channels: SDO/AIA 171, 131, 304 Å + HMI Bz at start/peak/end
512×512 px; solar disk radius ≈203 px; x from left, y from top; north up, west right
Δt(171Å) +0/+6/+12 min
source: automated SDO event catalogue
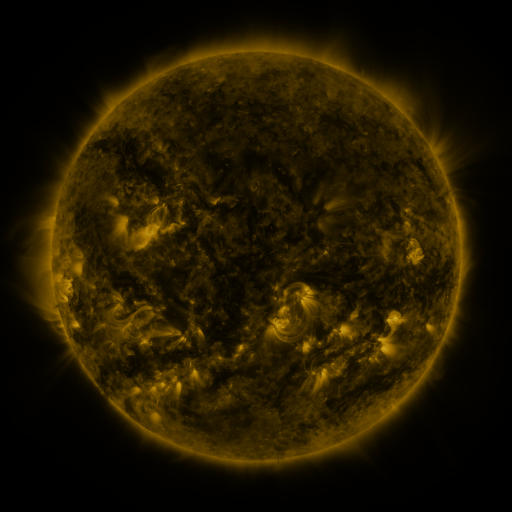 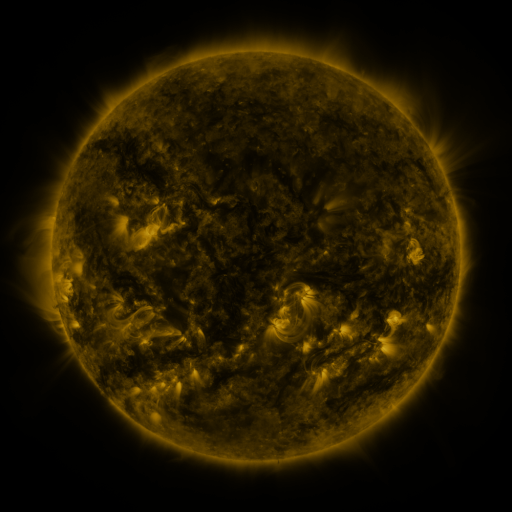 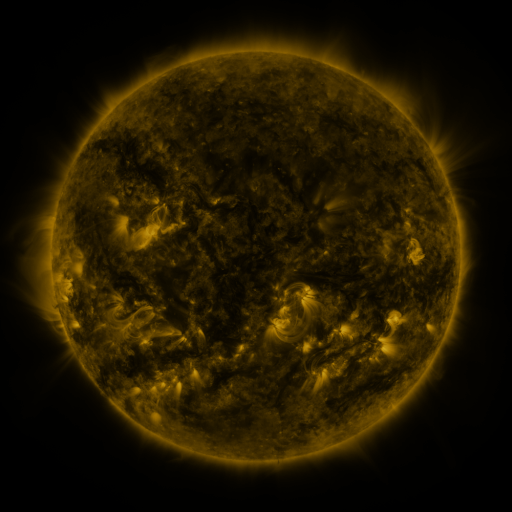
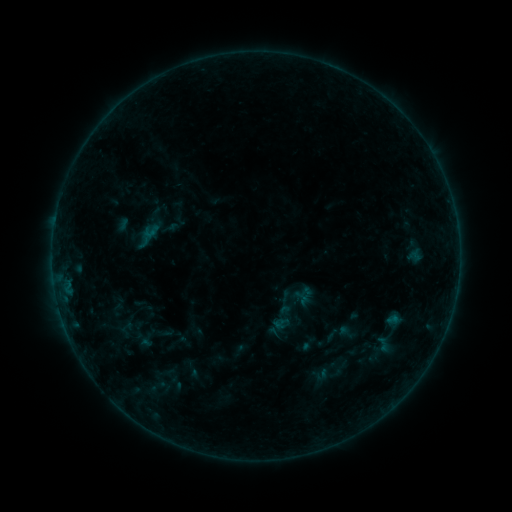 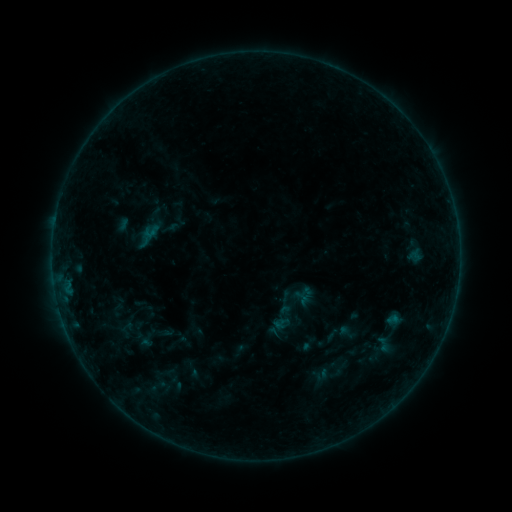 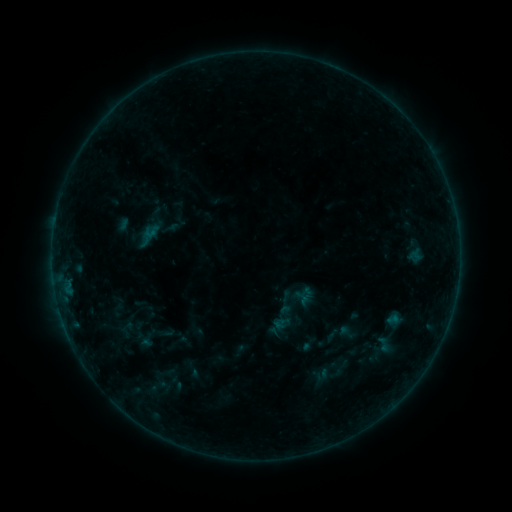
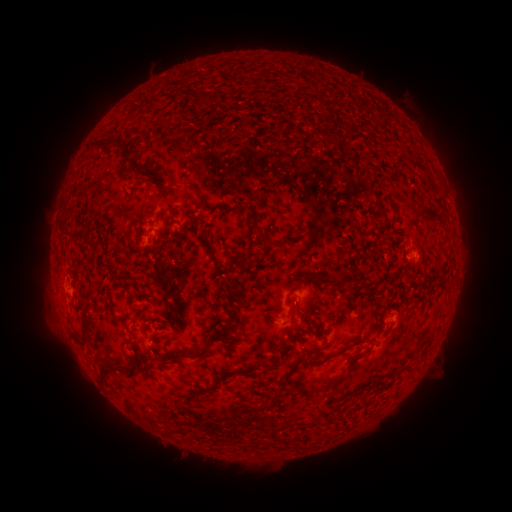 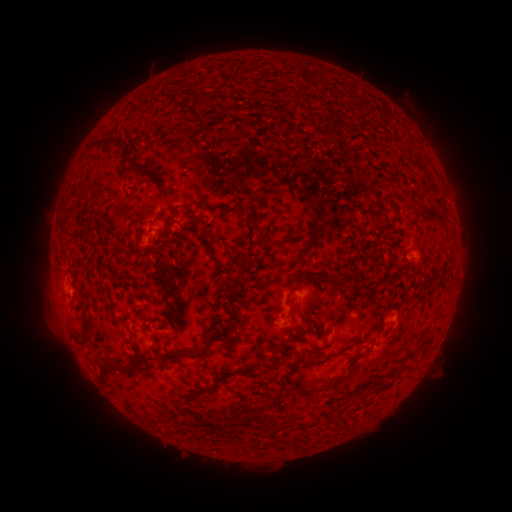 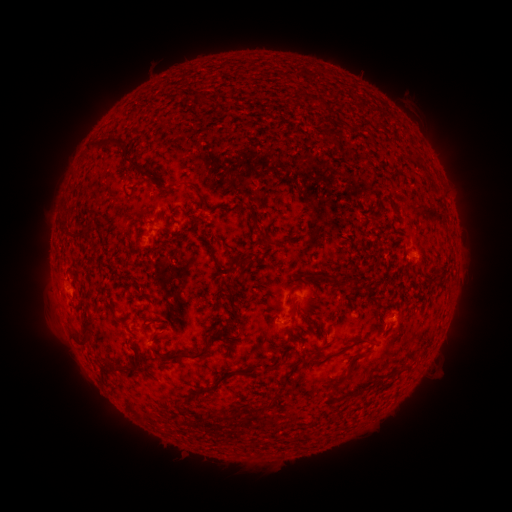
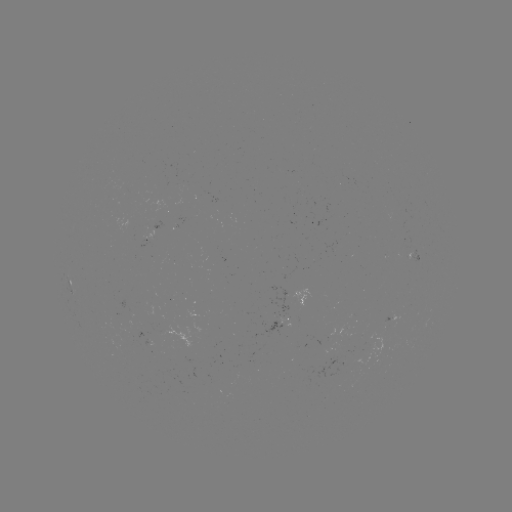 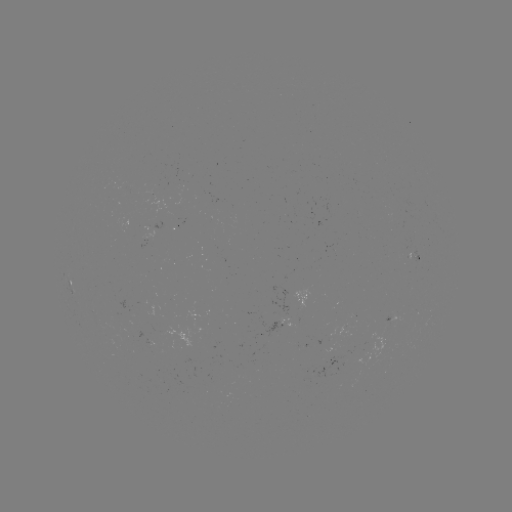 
no catalogued flare and no flagged EUV brightening in this window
